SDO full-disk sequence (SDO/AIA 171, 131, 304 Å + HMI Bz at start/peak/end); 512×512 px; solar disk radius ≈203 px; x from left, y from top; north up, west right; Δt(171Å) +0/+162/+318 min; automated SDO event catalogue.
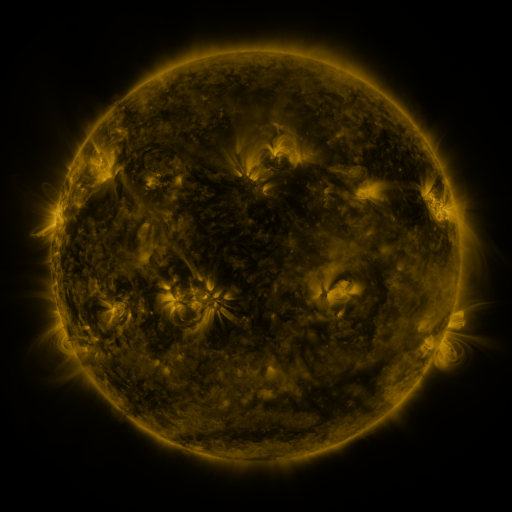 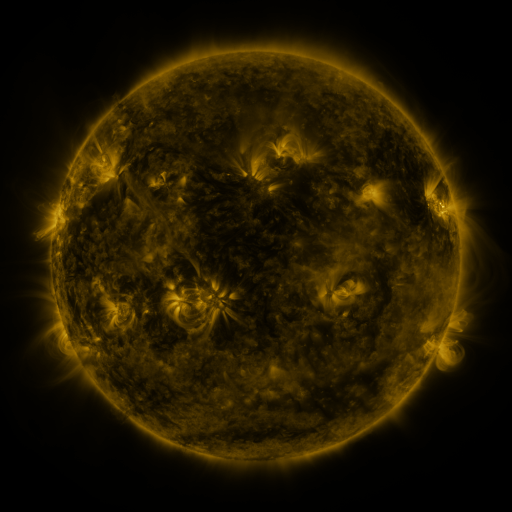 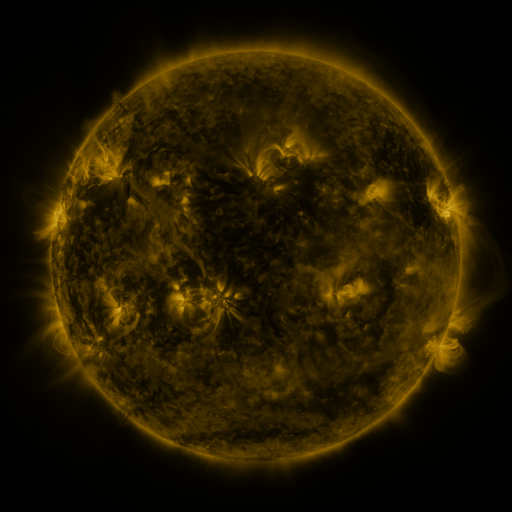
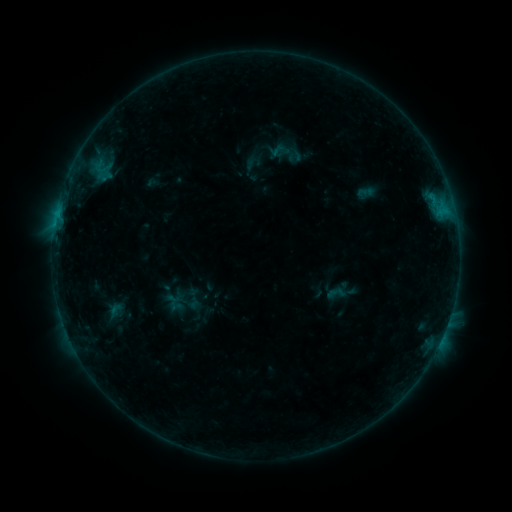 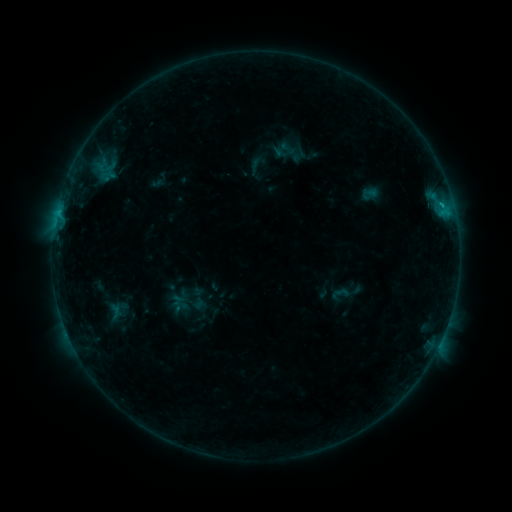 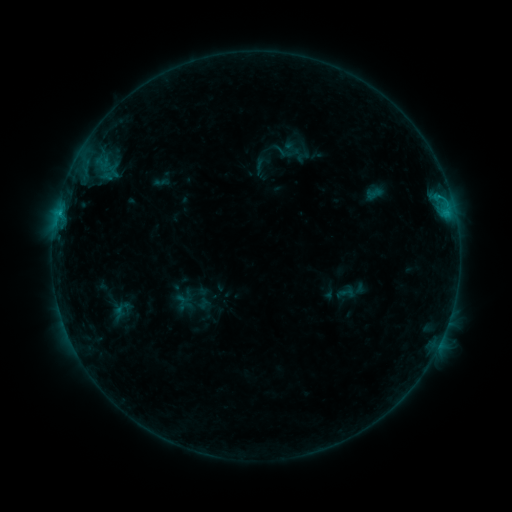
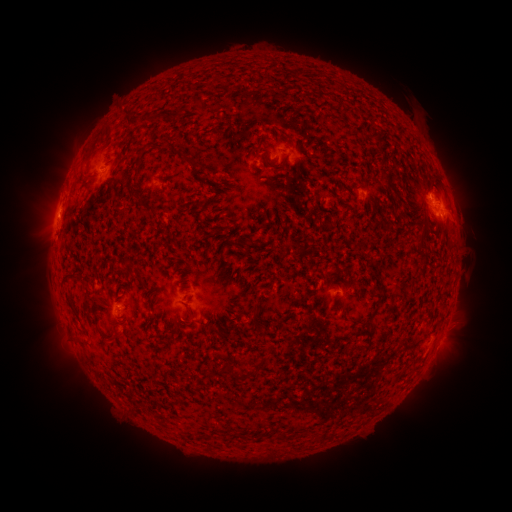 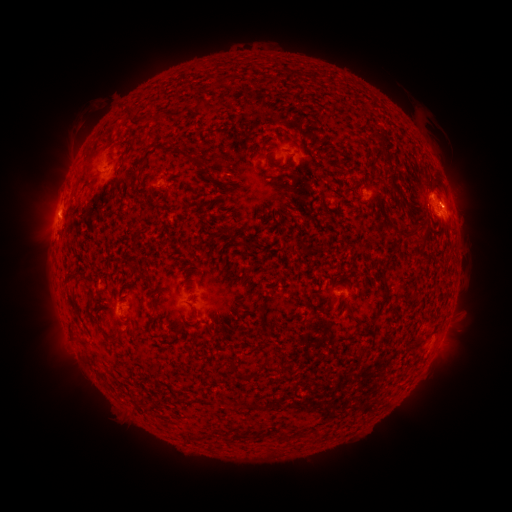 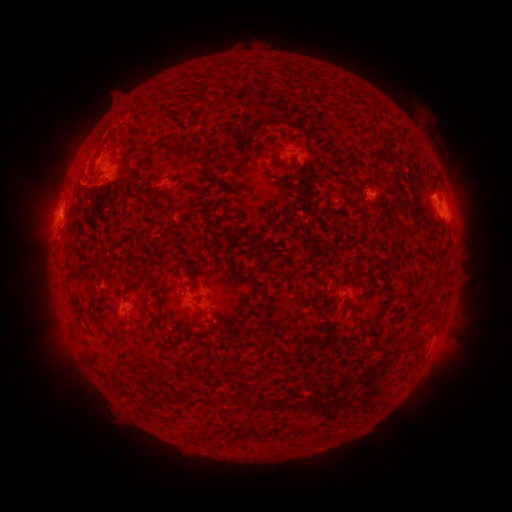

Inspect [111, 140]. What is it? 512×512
filament eruption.